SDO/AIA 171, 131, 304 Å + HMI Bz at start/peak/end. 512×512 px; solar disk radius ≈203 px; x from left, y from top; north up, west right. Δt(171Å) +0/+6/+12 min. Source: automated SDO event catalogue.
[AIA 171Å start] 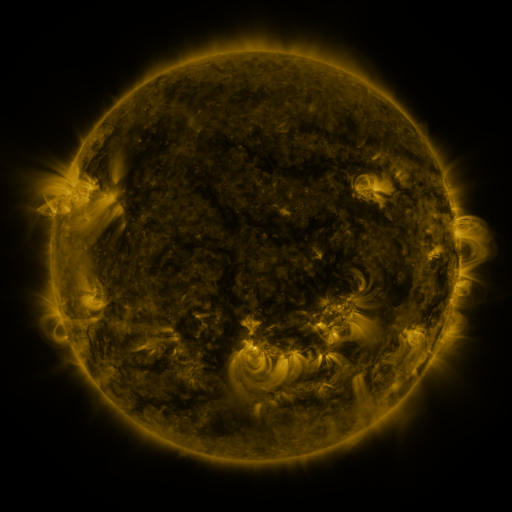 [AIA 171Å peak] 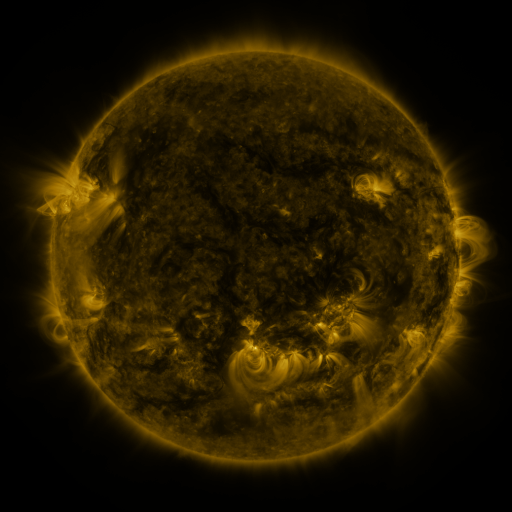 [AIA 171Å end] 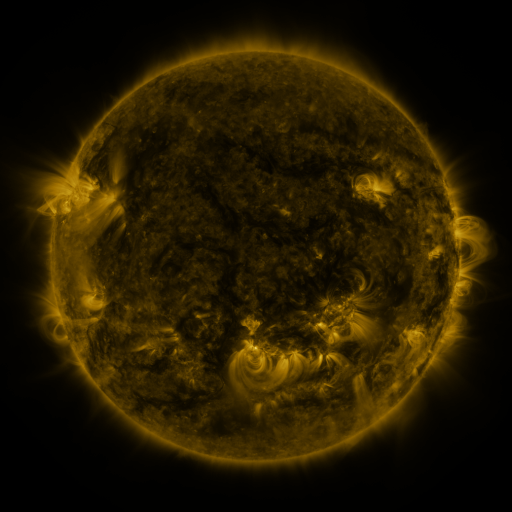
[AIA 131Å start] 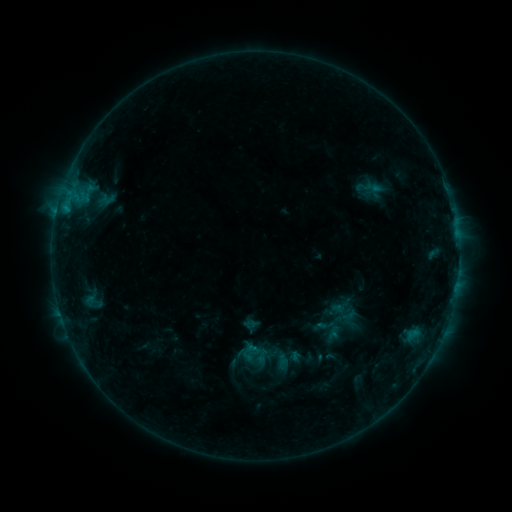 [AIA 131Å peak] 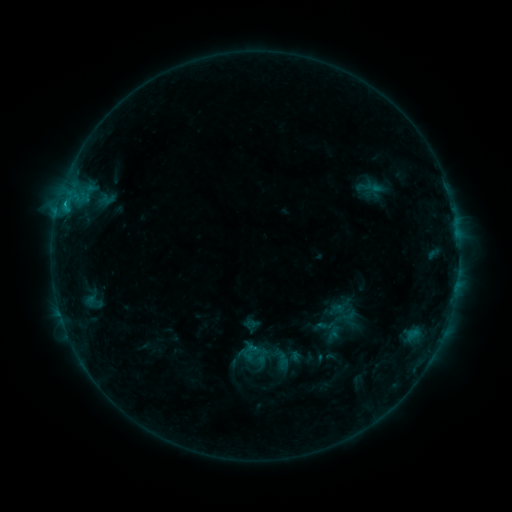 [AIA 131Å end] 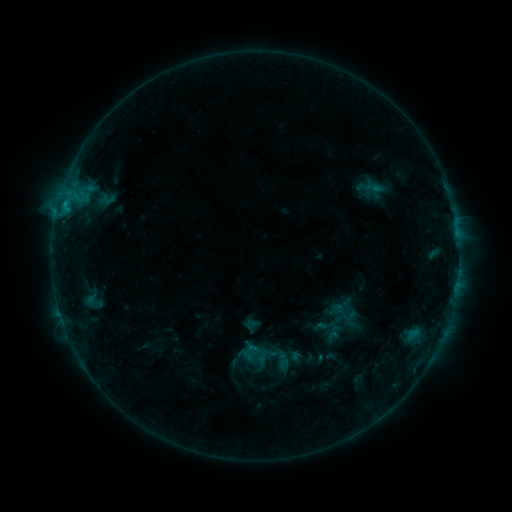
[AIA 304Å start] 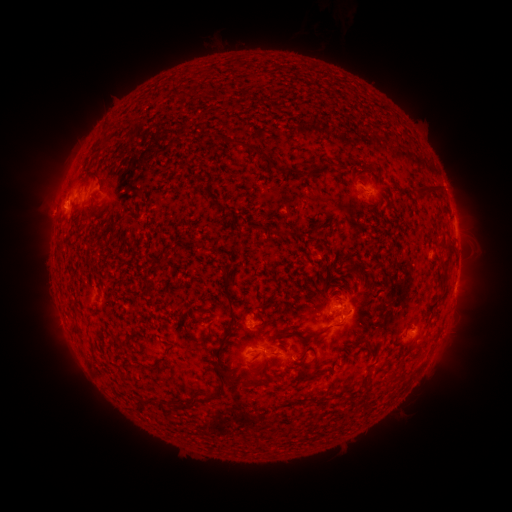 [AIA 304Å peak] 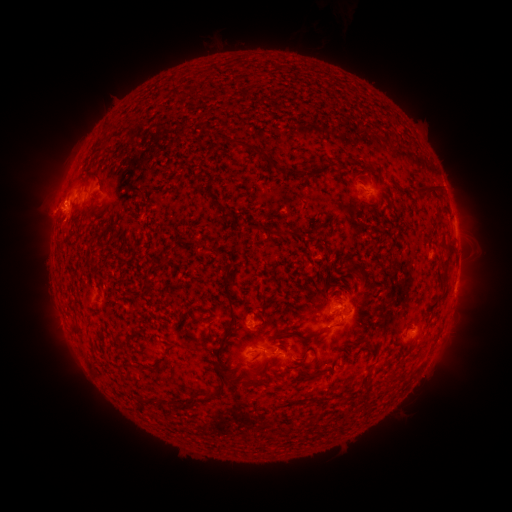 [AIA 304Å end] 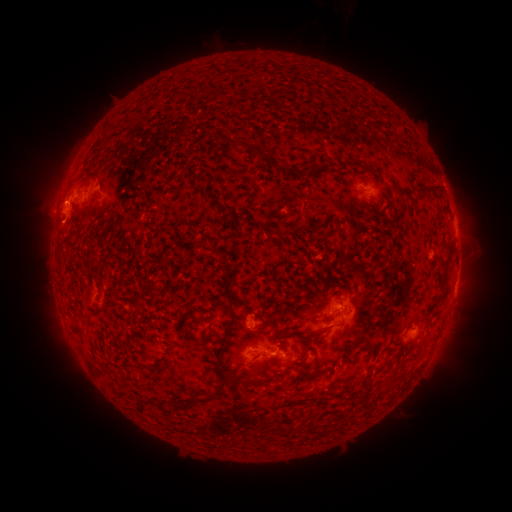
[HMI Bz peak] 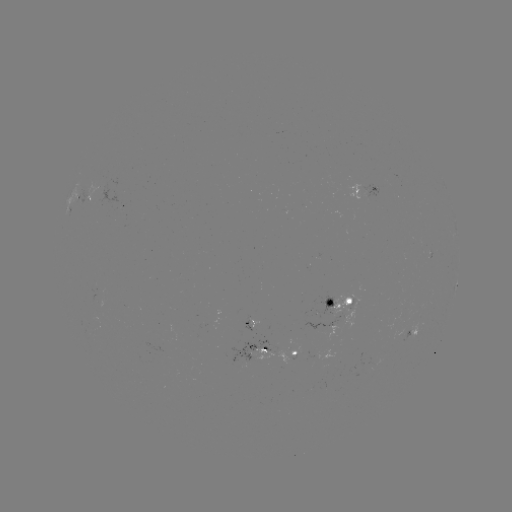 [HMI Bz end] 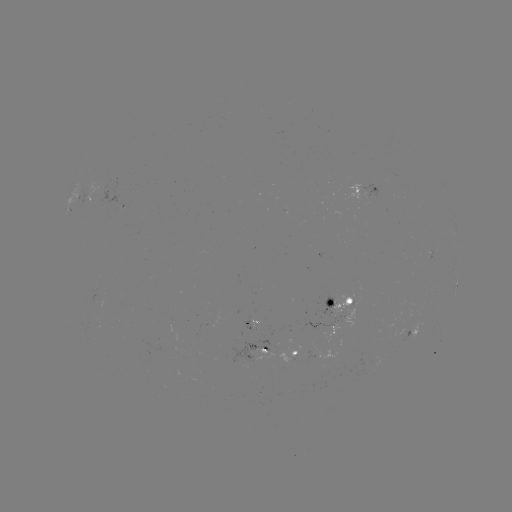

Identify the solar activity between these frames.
eruption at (56, 196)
